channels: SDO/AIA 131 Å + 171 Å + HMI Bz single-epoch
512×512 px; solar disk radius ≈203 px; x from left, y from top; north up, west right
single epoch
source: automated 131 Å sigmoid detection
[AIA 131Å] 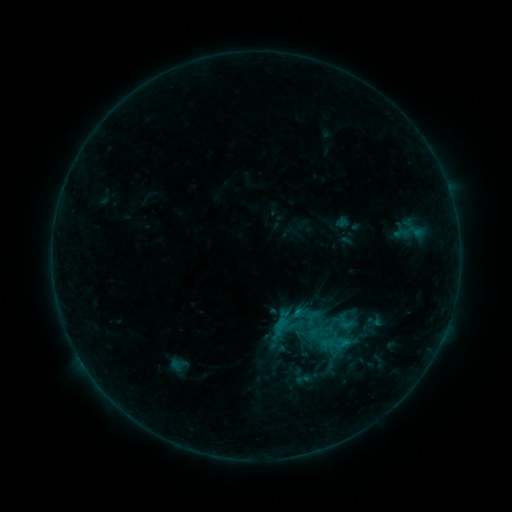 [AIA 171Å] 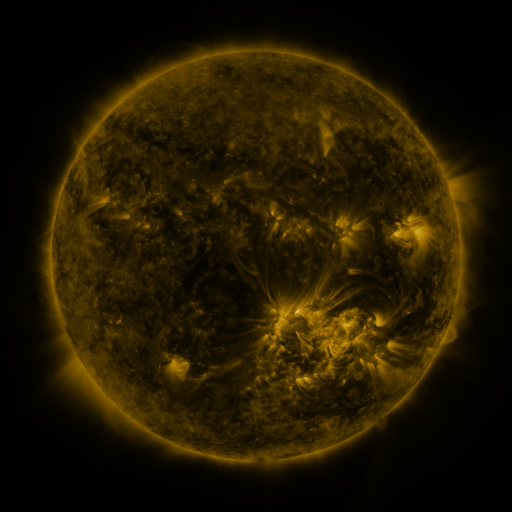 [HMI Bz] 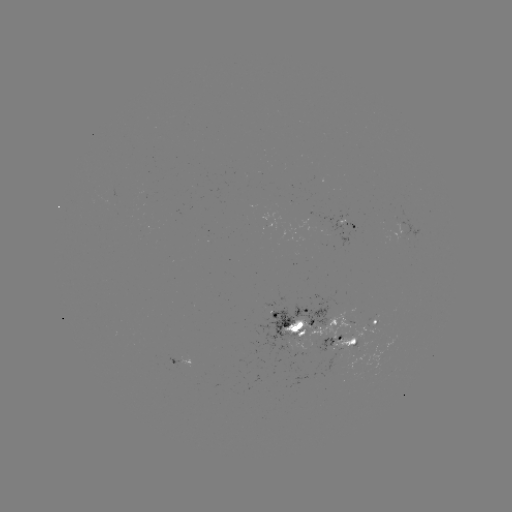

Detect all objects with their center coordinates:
sigmoid: (346, 323)
sigmoid: (303, 379)
